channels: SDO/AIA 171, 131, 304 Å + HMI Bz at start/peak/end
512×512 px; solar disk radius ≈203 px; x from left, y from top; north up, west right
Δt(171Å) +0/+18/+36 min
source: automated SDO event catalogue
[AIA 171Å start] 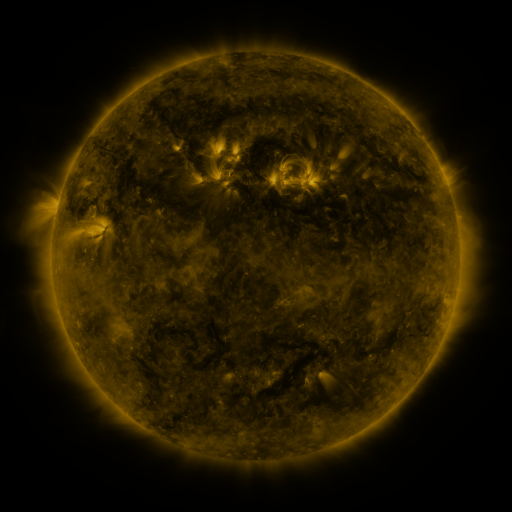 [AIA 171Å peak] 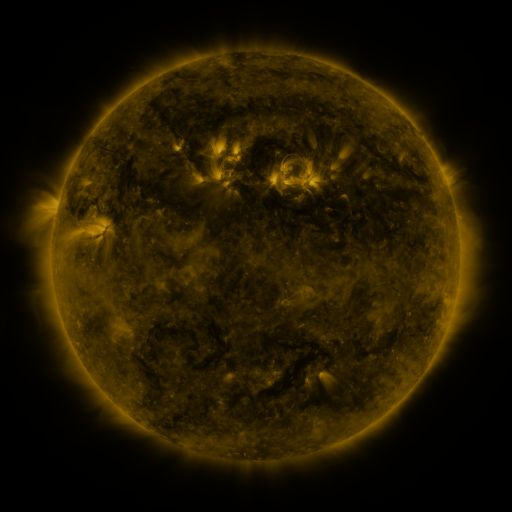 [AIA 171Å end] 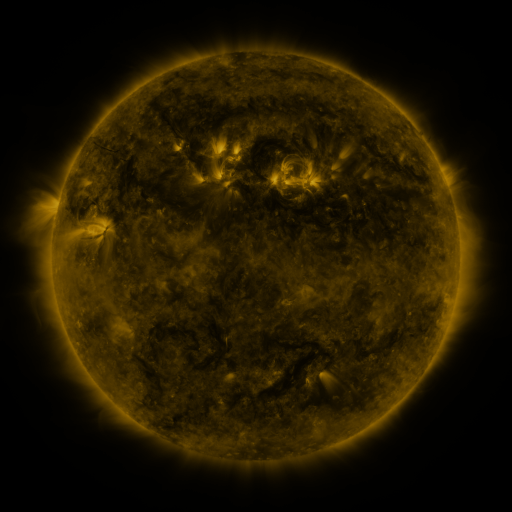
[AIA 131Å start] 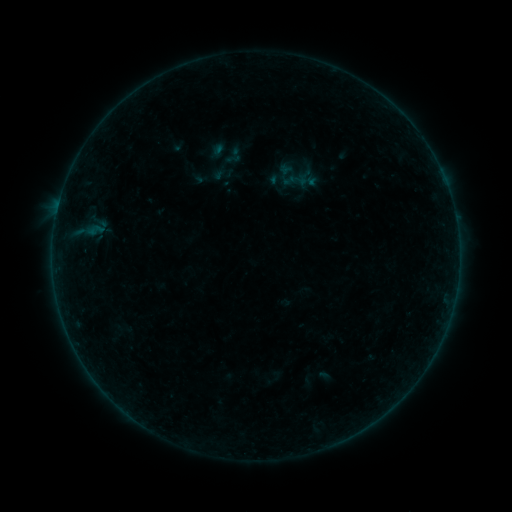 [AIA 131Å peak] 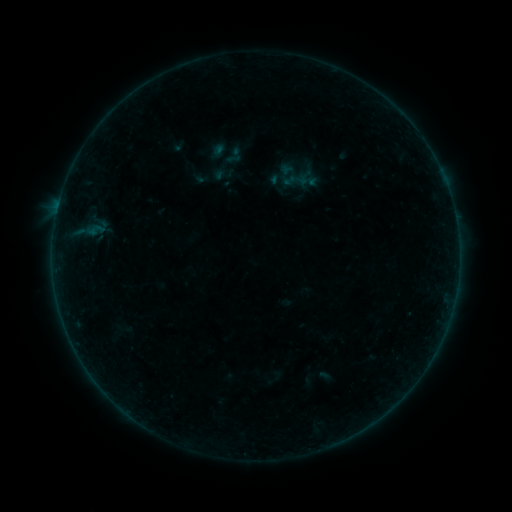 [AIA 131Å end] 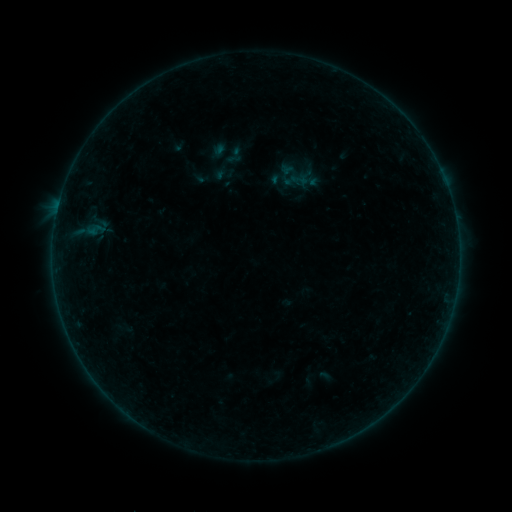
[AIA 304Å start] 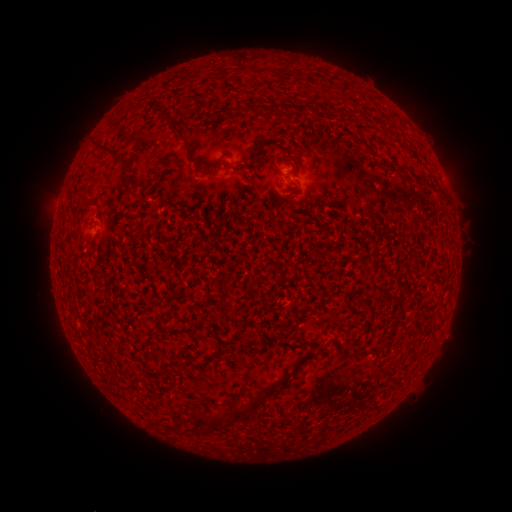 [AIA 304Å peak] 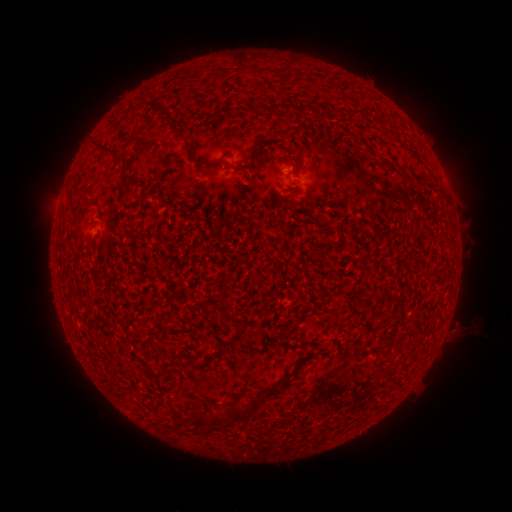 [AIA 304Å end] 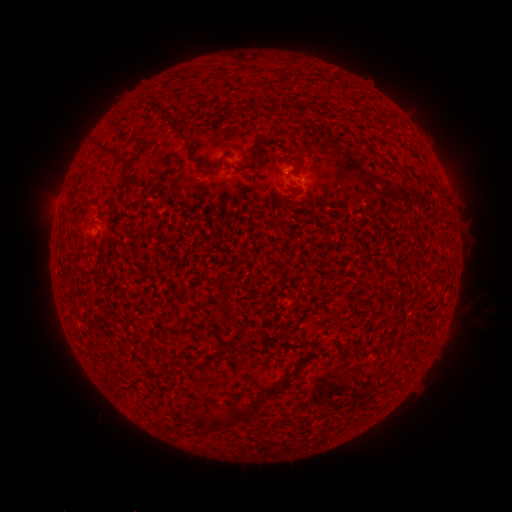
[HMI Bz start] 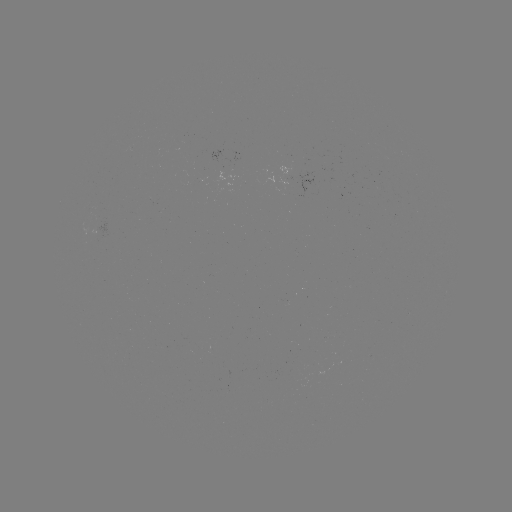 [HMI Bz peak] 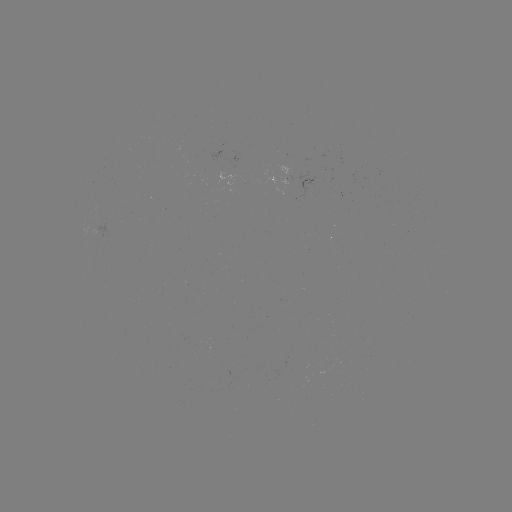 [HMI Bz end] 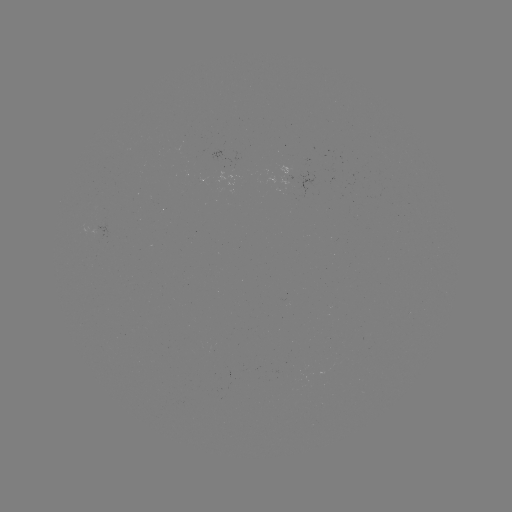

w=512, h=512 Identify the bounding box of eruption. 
[438, 298, 497, 357].